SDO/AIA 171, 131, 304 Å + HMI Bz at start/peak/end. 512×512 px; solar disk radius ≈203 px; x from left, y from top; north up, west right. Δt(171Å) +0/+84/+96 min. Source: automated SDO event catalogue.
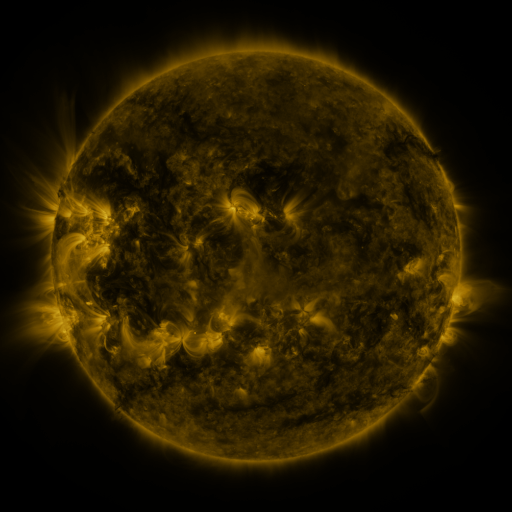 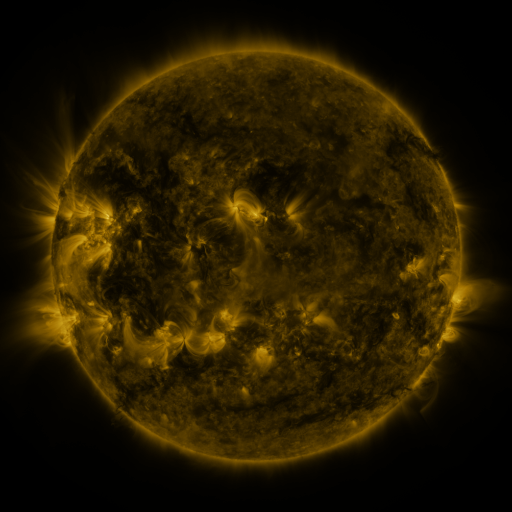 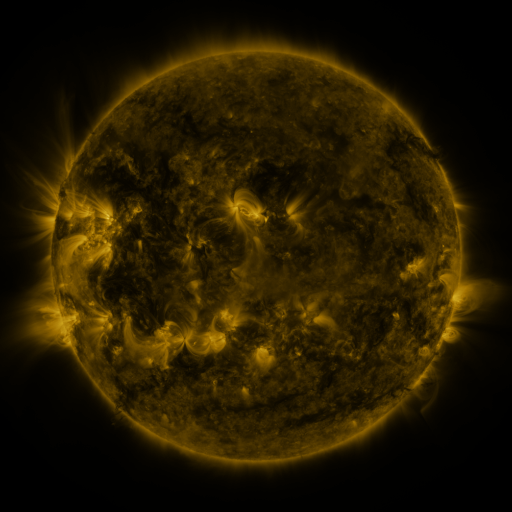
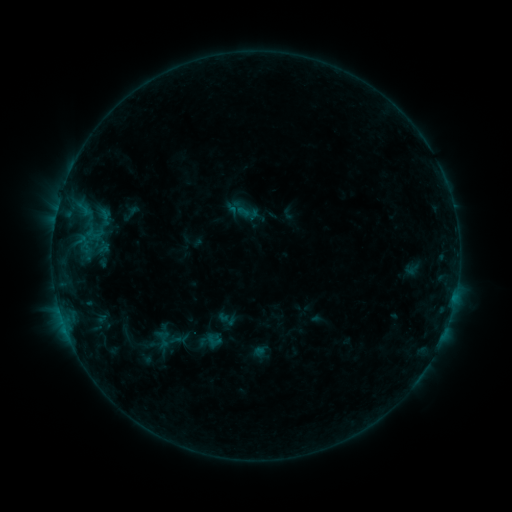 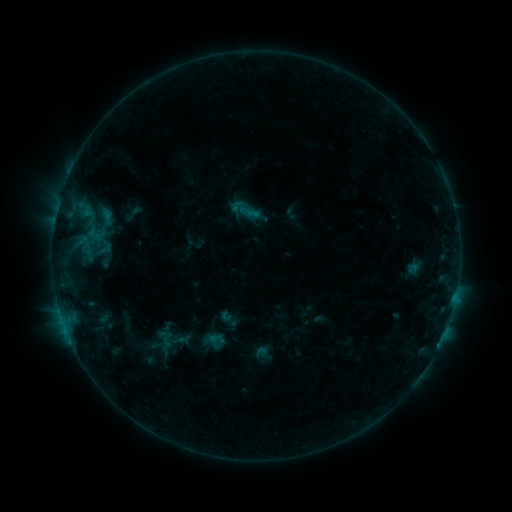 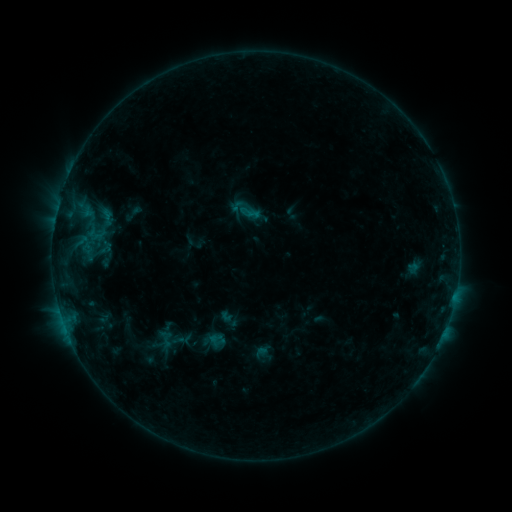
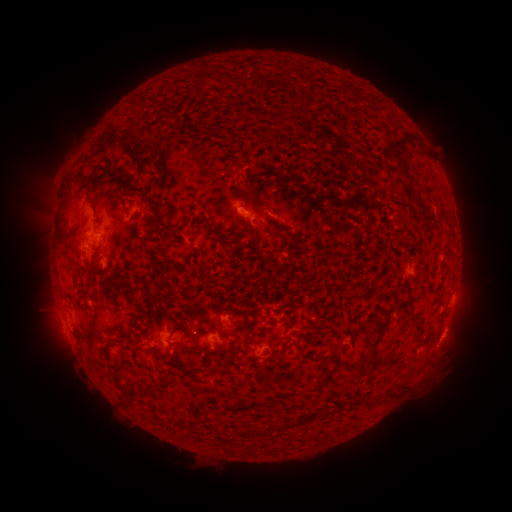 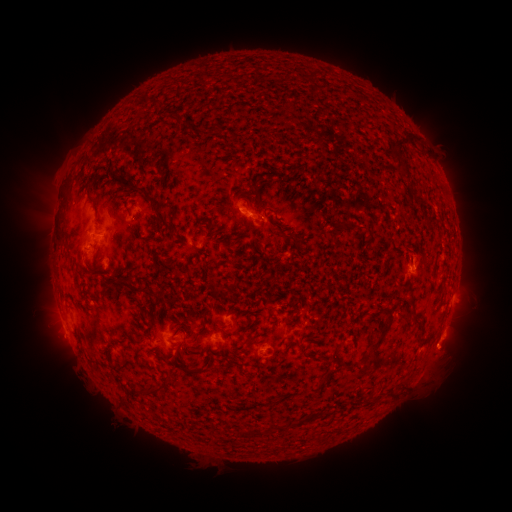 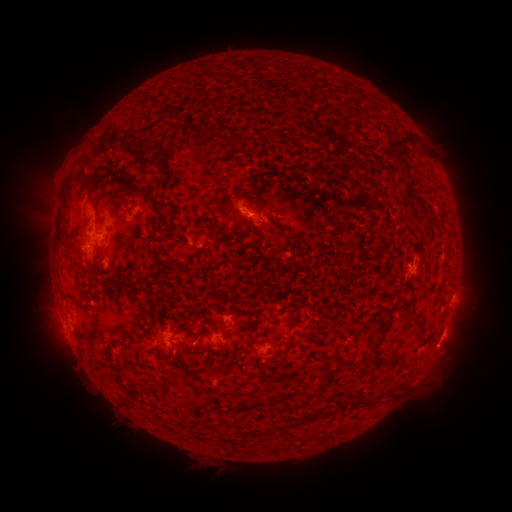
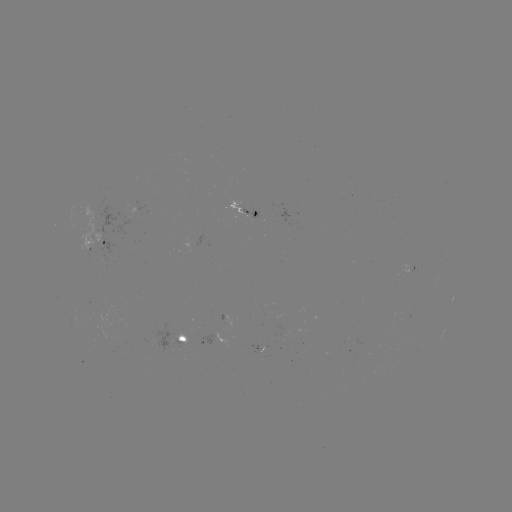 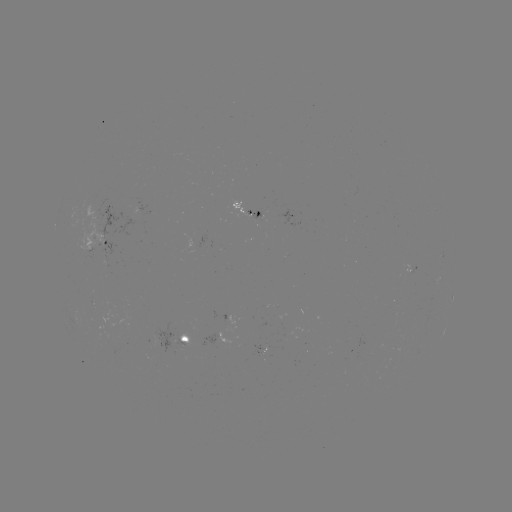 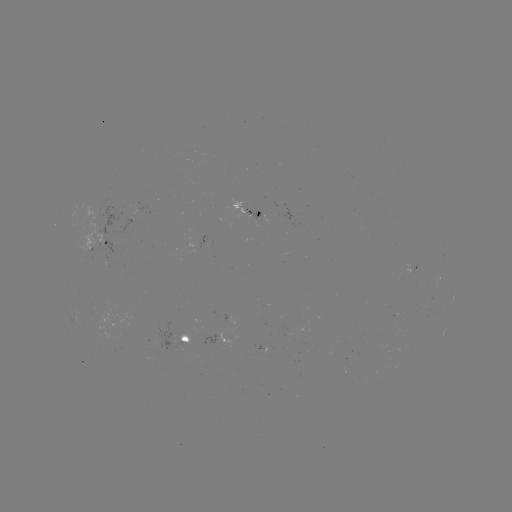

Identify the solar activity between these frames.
emerging-flux region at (259, 352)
